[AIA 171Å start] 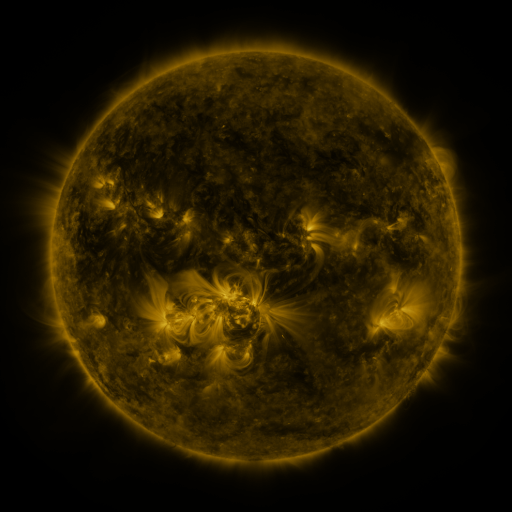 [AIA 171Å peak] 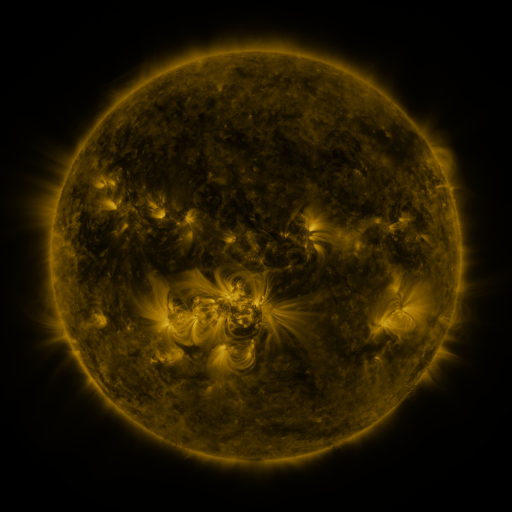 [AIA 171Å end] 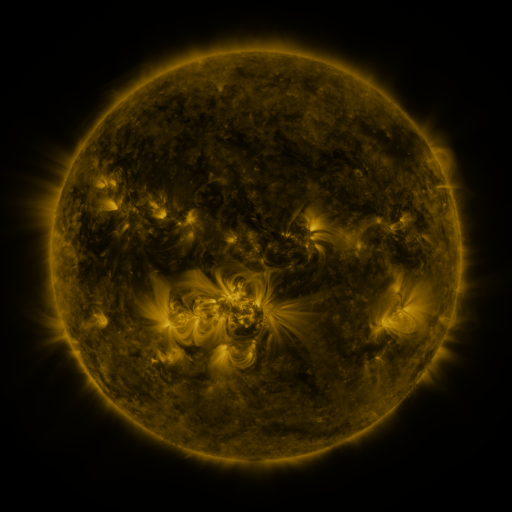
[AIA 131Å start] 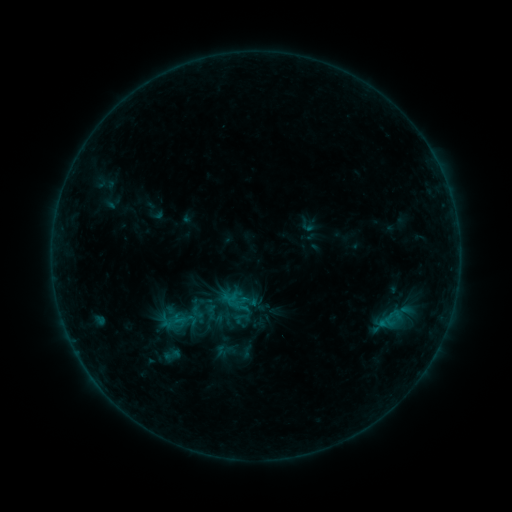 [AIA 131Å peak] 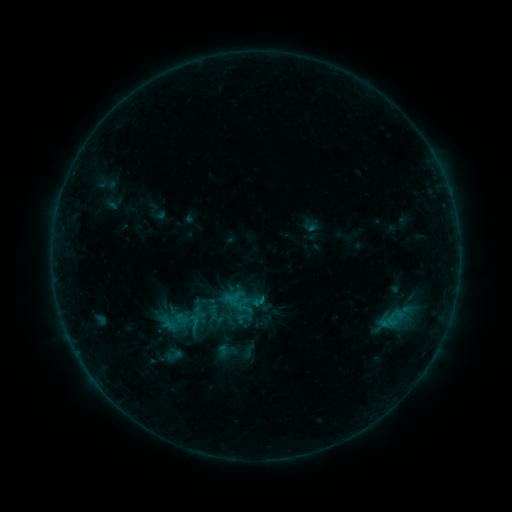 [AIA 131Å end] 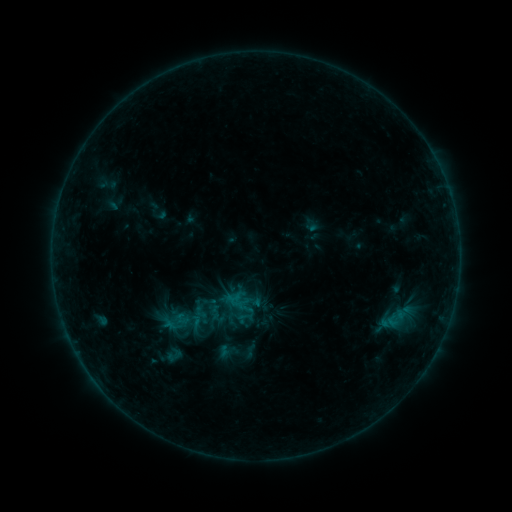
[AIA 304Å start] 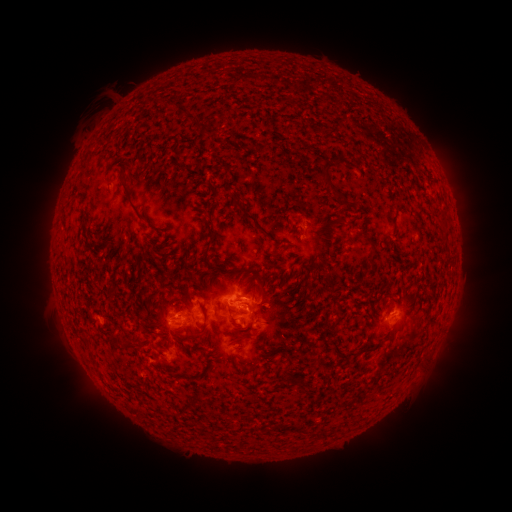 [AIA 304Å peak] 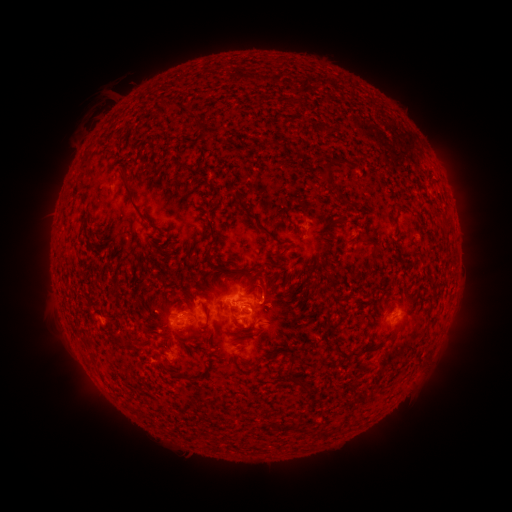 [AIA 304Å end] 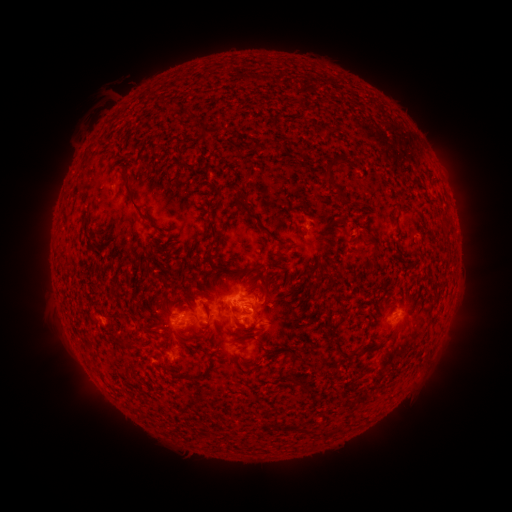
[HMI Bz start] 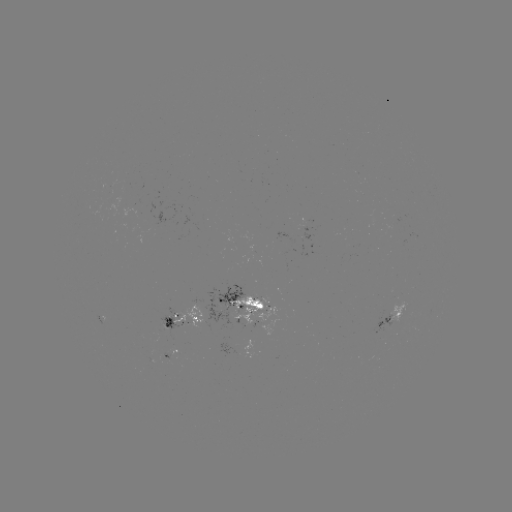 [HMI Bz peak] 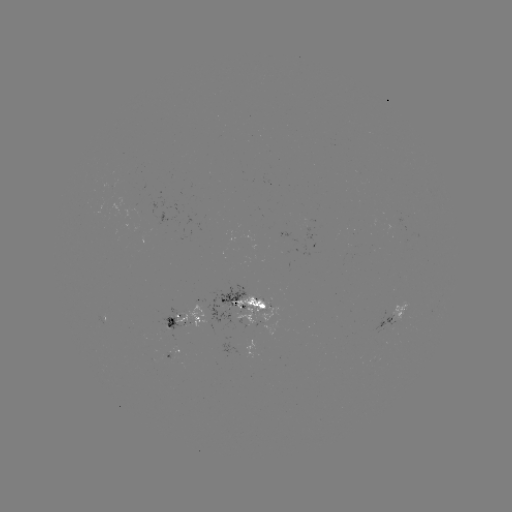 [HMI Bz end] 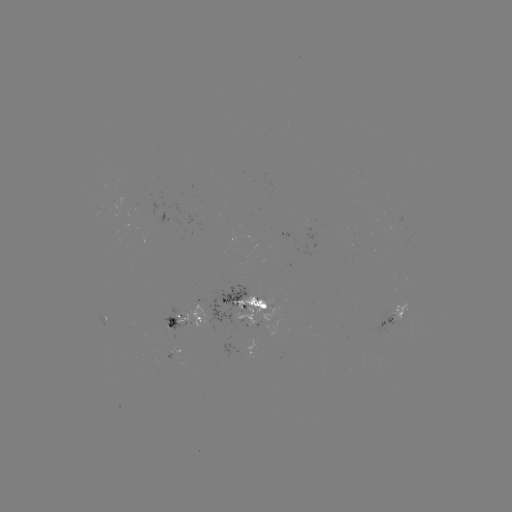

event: emerging-flux region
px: (170, 323)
